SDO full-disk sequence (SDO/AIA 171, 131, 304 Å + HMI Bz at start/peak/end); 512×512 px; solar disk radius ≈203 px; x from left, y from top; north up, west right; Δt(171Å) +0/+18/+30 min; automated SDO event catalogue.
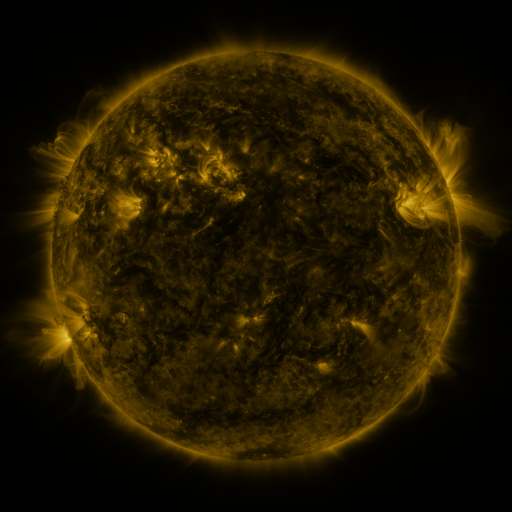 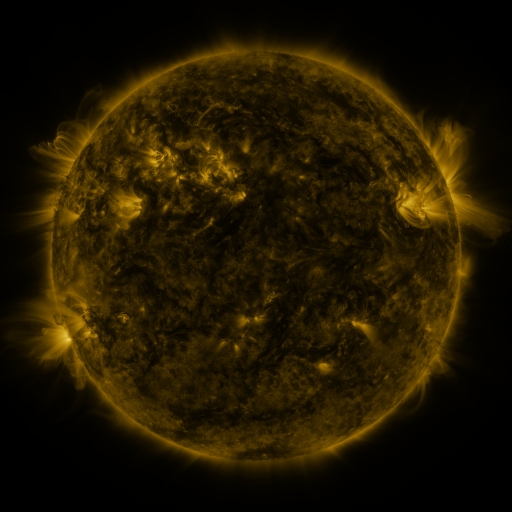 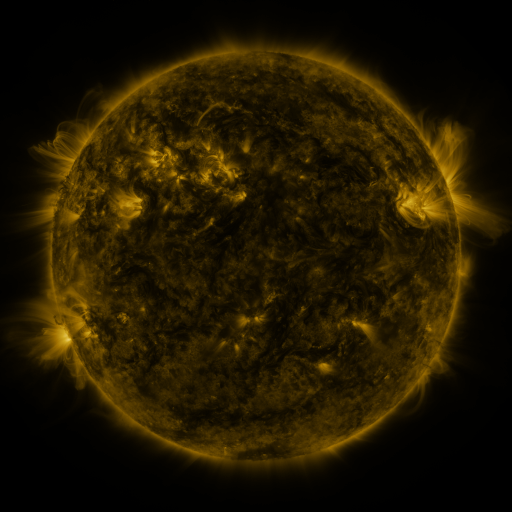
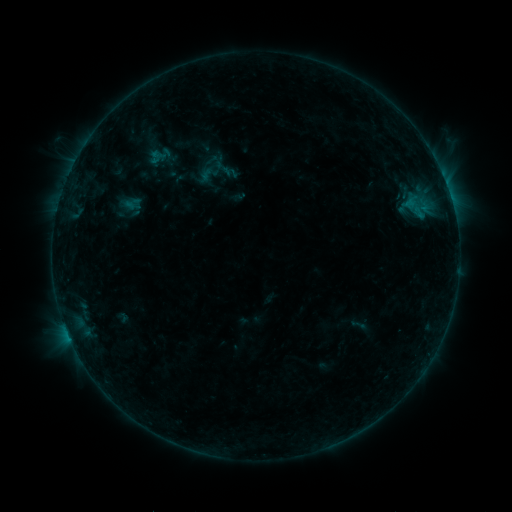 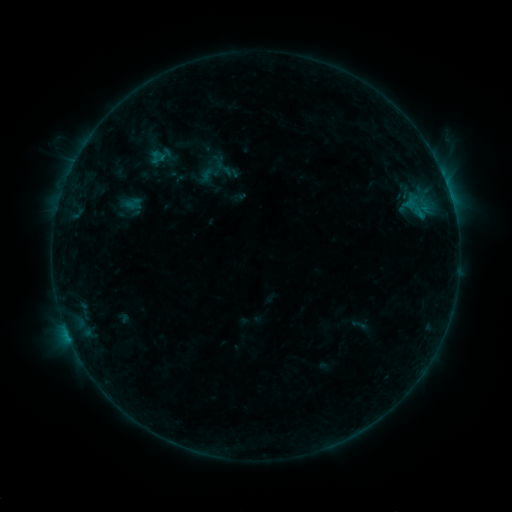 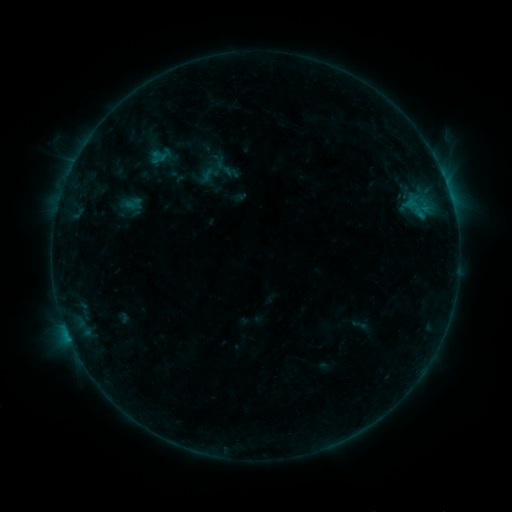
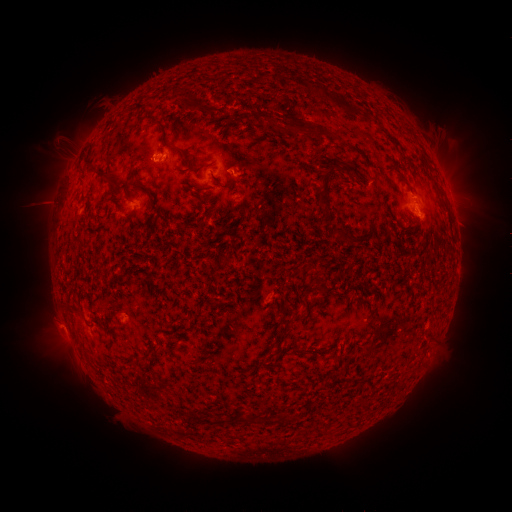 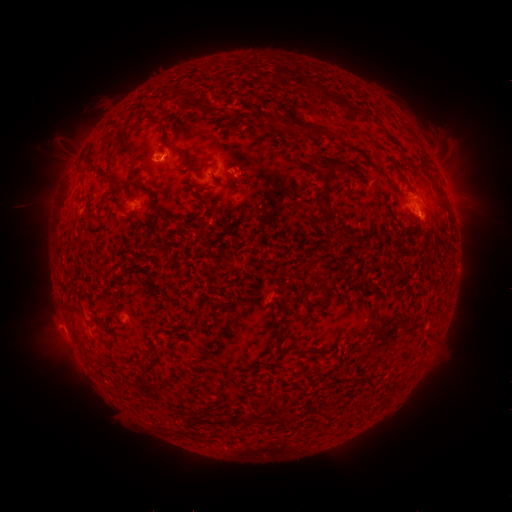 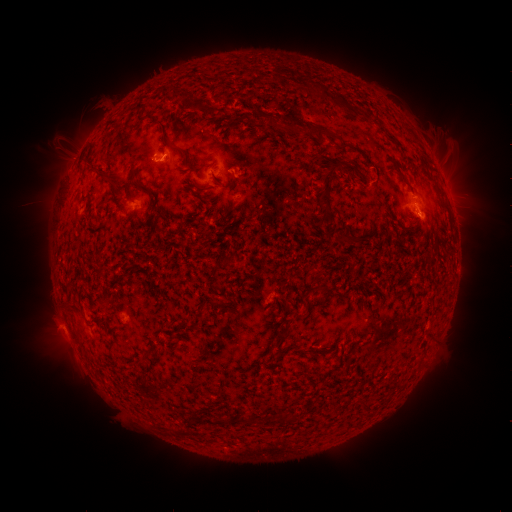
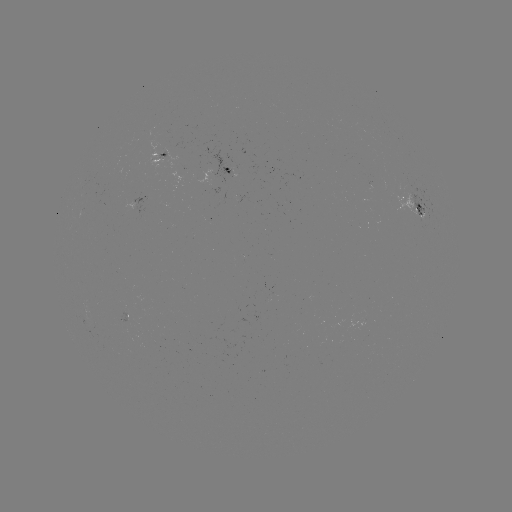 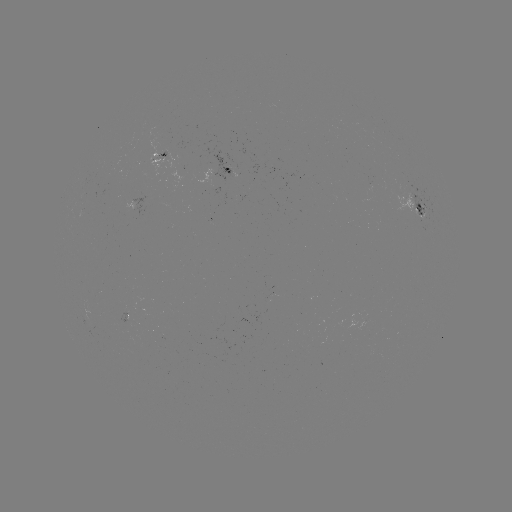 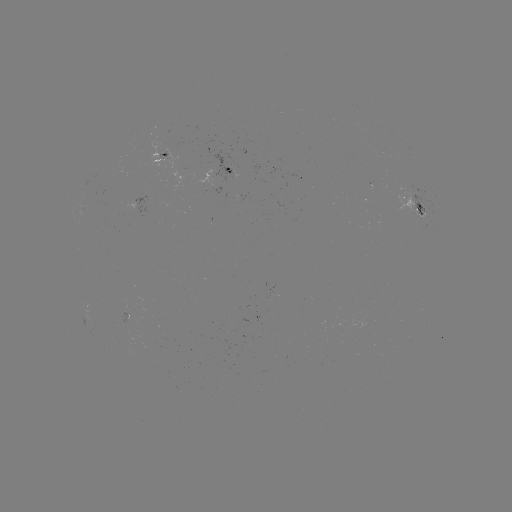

no classed flare was catalogued and no EUV brightening was flagged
